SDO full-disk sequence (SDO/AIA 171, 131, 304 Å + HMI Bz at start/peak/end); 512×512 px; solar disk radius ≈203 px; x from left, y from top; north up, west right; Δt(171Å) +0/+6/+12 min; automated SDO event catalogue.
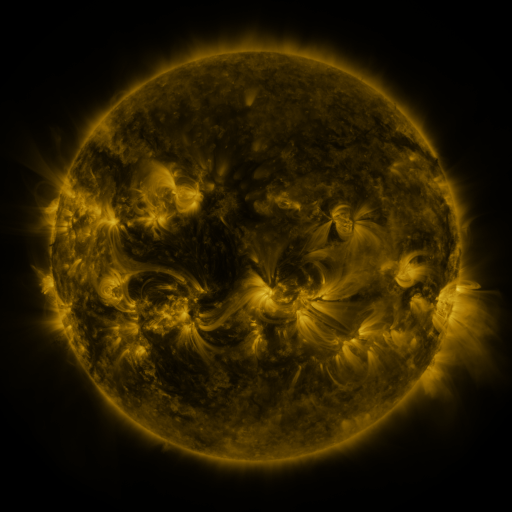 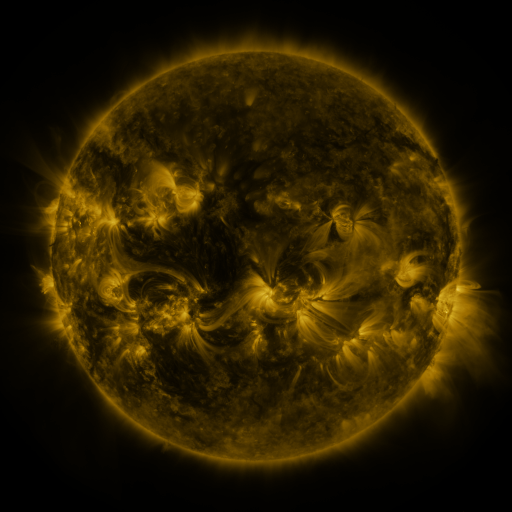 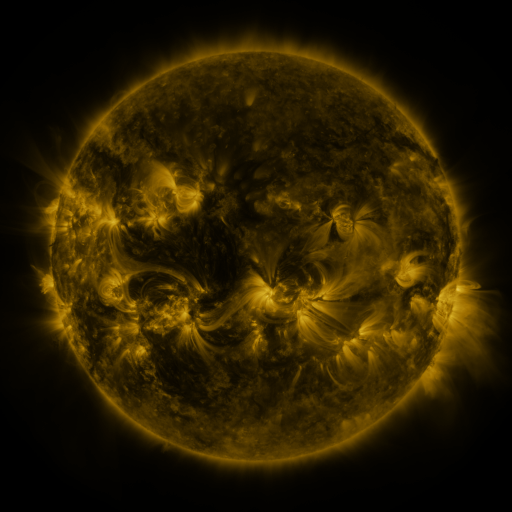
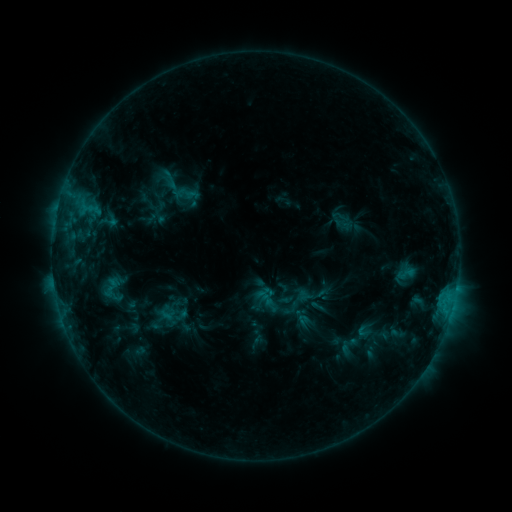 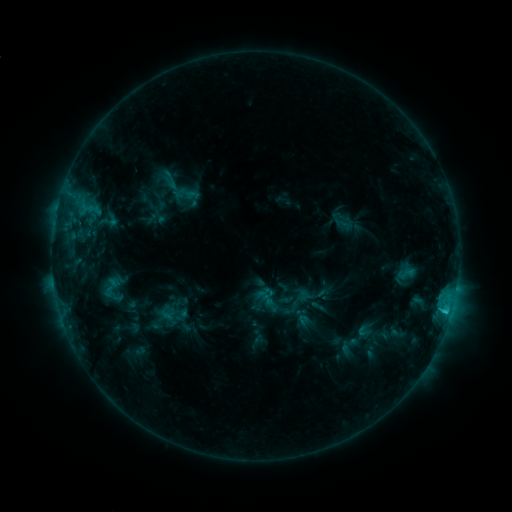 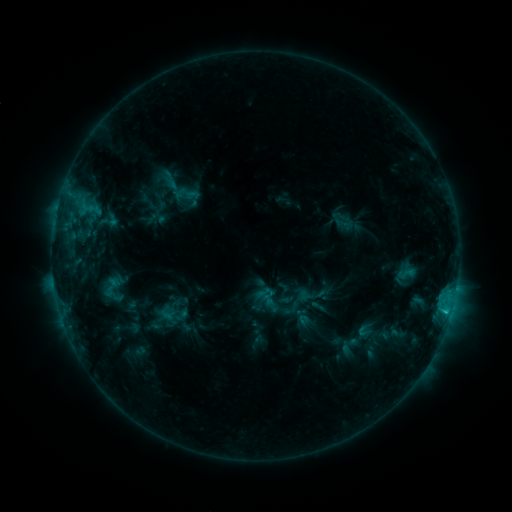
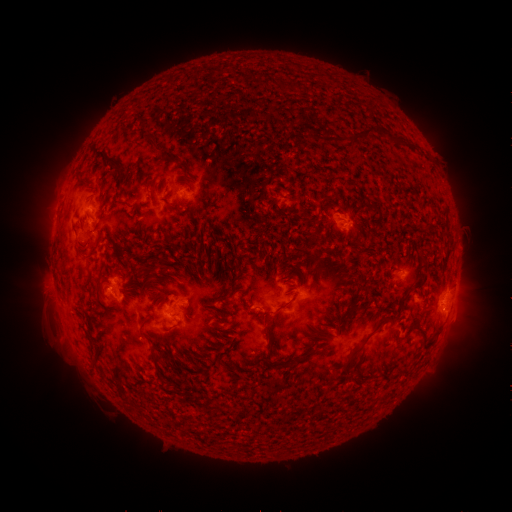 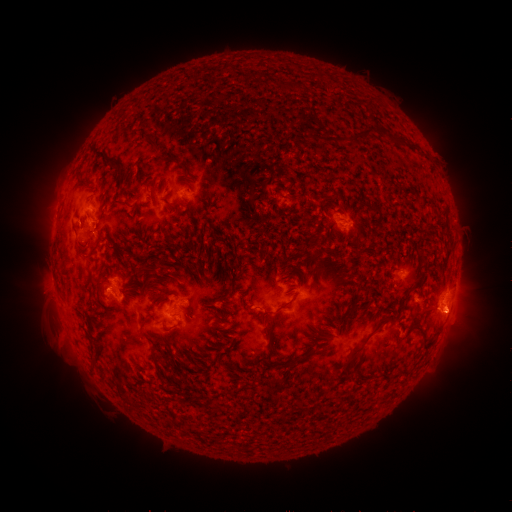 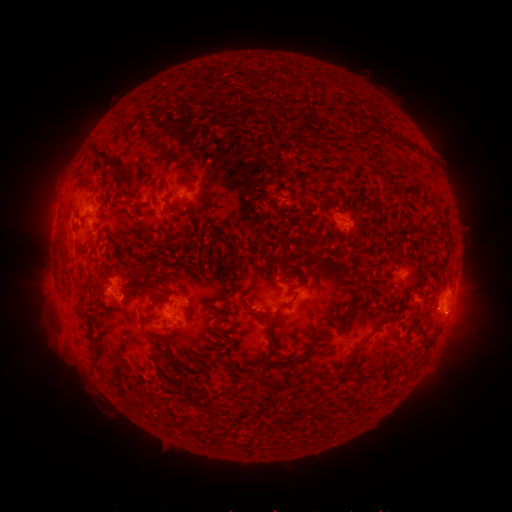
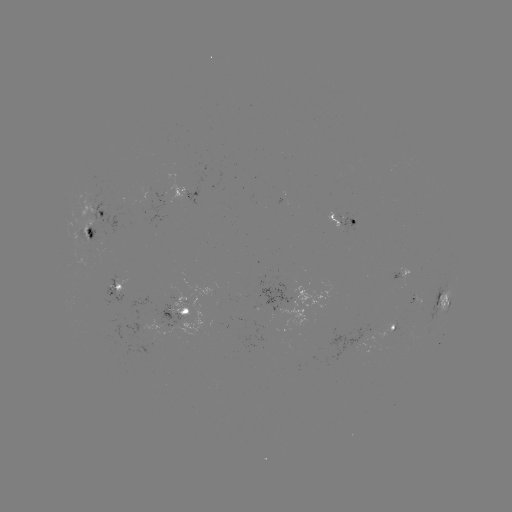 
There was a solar eruption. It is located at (458, 320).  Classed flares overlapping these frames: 1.